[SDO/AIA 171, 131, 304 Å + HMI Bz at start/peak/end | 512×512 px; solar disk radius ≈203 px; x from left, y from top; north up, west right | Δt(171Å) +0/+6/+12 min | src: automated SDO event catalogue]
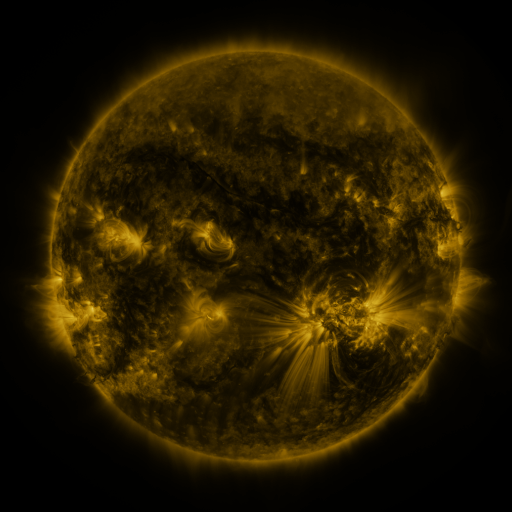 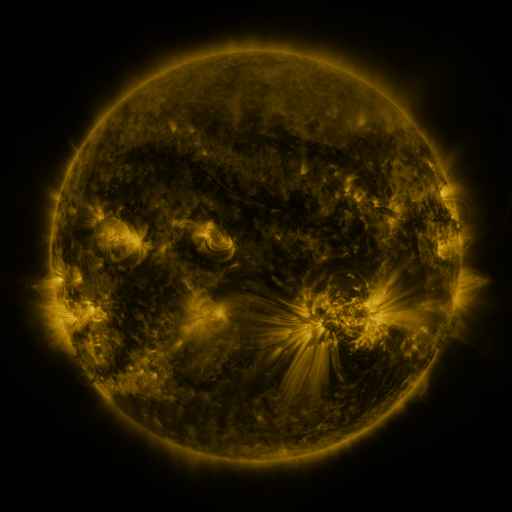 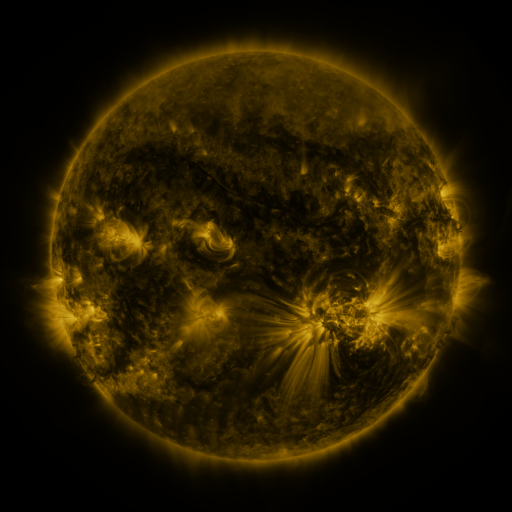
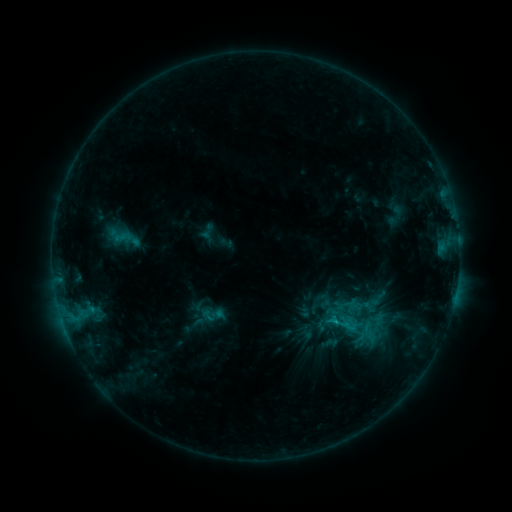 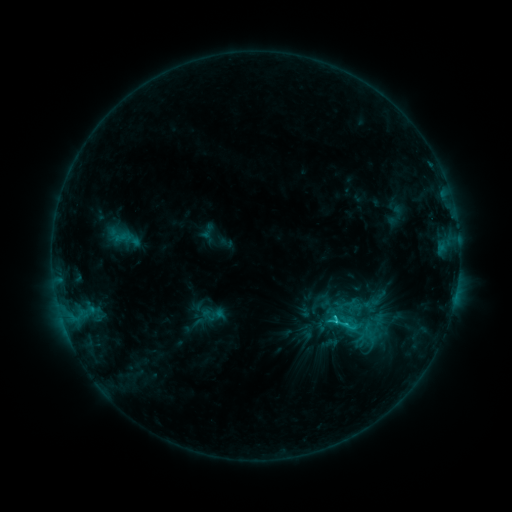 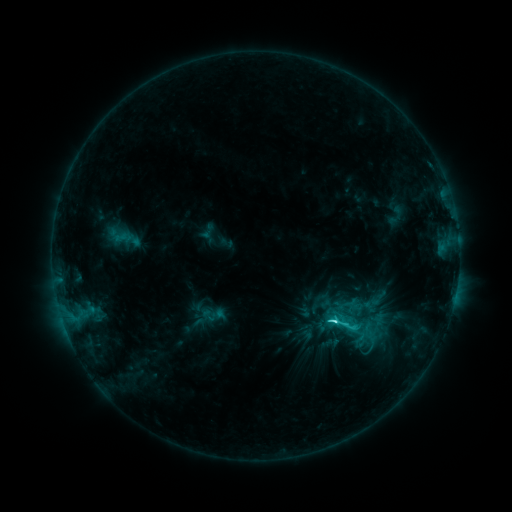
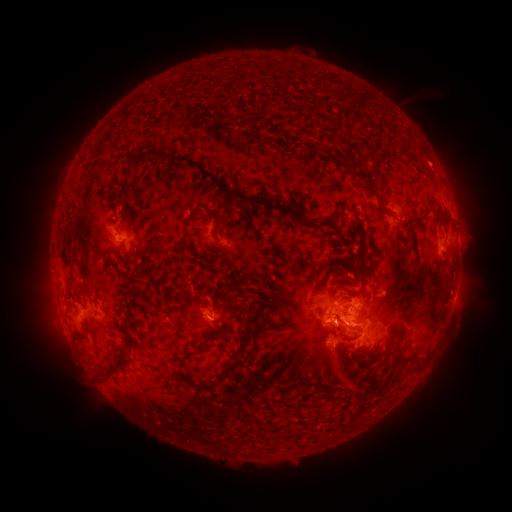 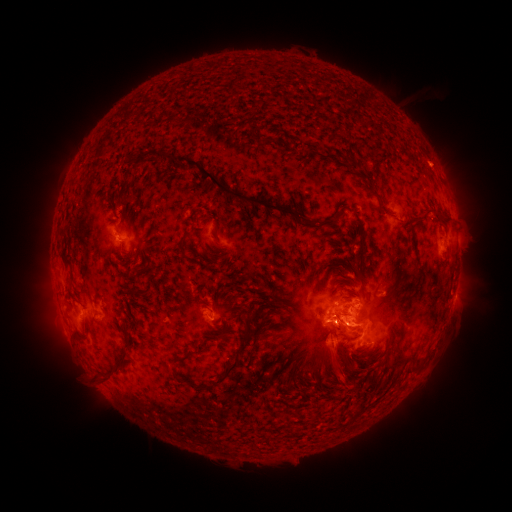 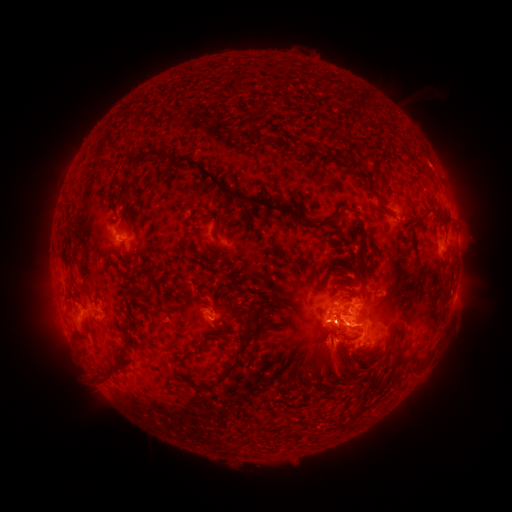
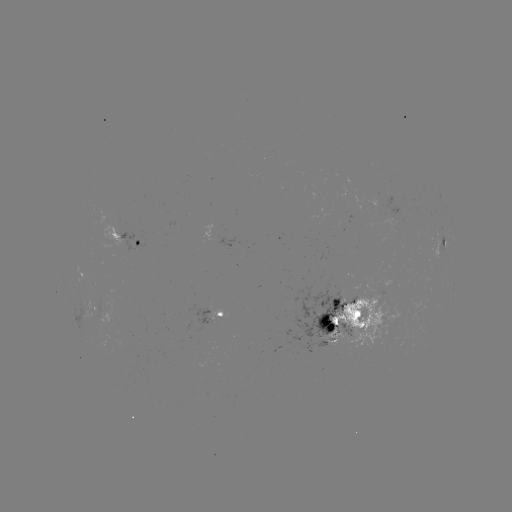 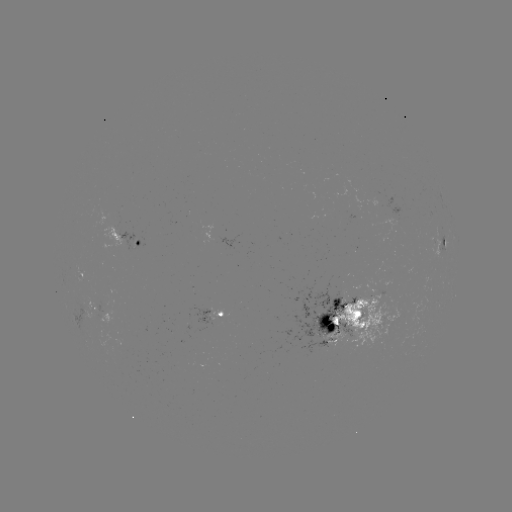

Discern C5.1 flare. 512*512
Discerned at (333, 317).